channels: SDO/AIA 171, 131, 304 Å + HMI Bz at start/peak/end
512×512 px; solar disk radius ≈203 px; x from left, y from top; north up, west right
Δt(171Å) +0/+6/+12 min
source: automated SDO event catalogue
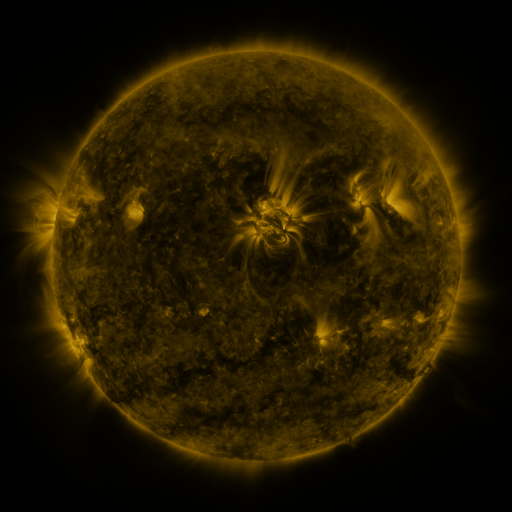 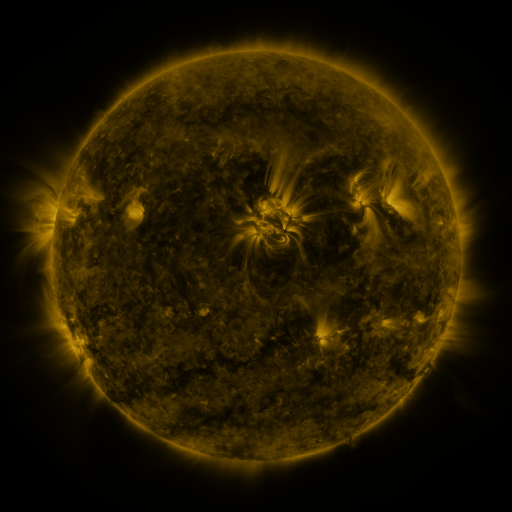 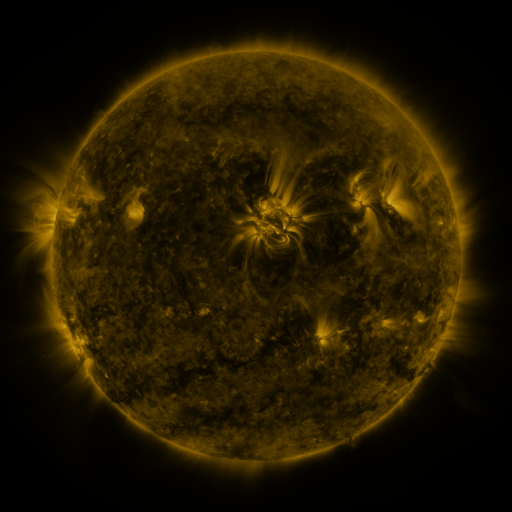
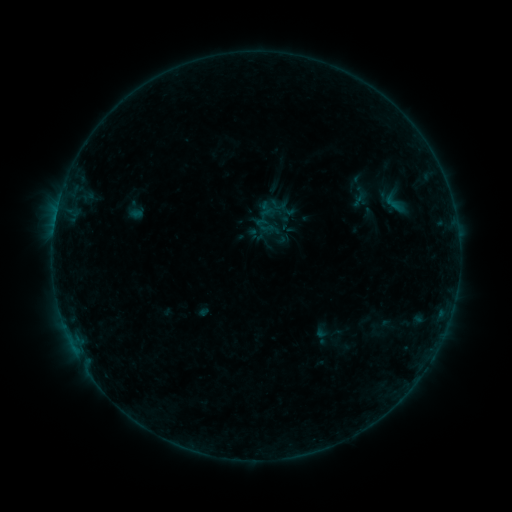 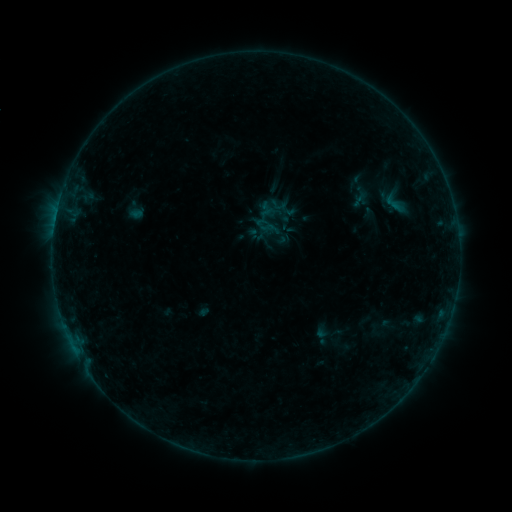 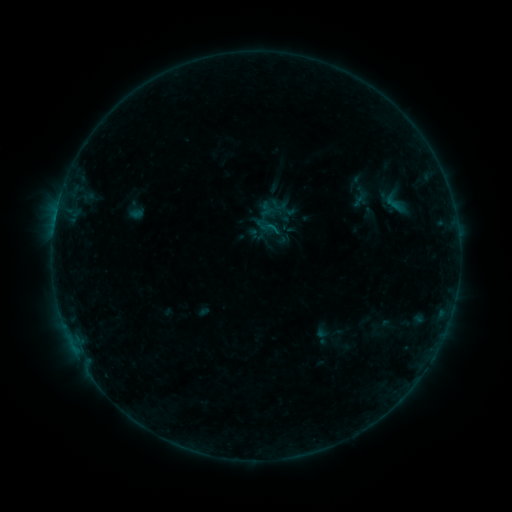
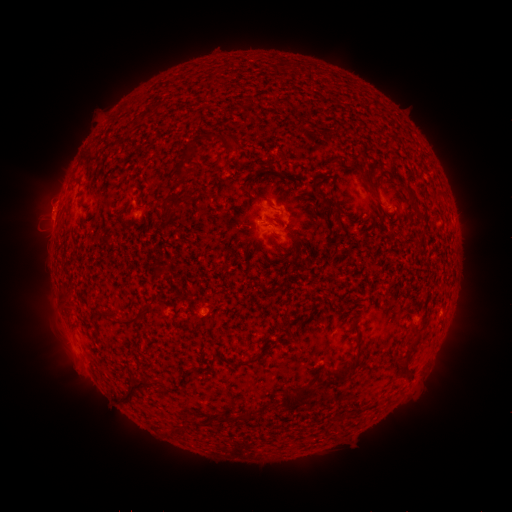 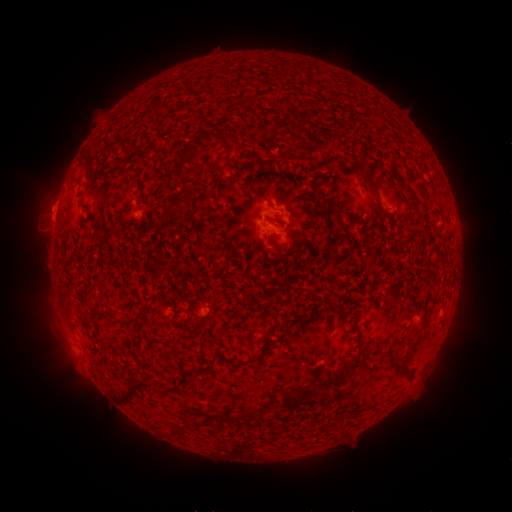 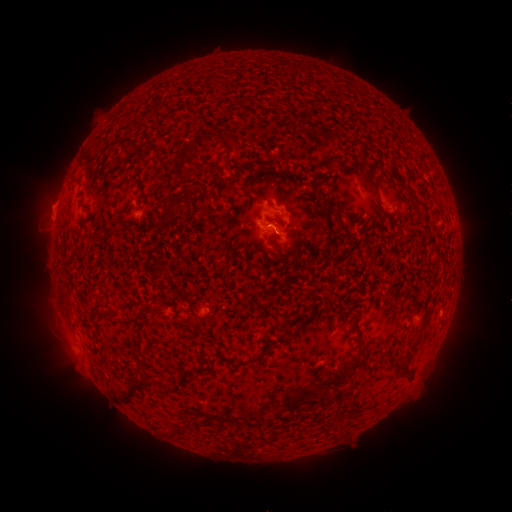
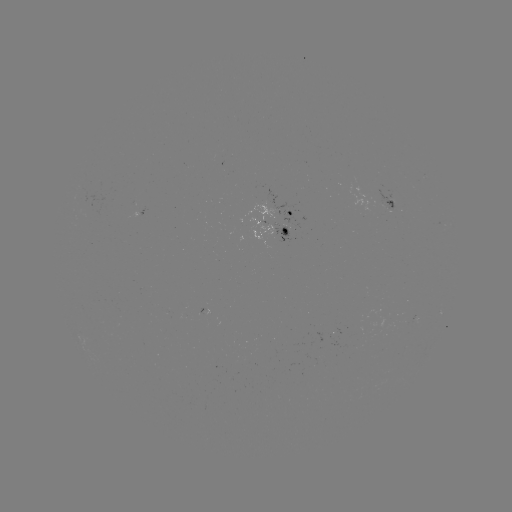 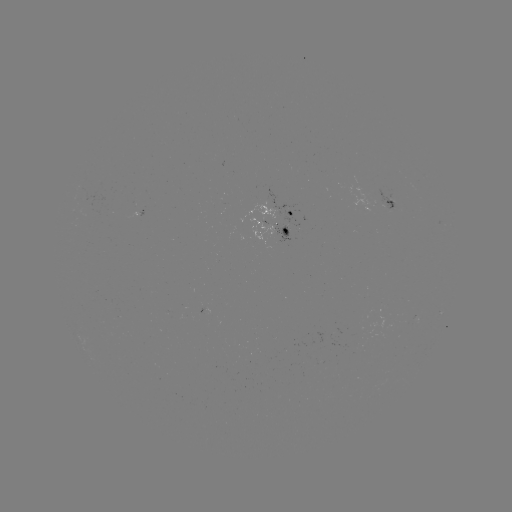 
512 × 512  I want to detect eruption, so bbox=[30, 191, 66, 225].